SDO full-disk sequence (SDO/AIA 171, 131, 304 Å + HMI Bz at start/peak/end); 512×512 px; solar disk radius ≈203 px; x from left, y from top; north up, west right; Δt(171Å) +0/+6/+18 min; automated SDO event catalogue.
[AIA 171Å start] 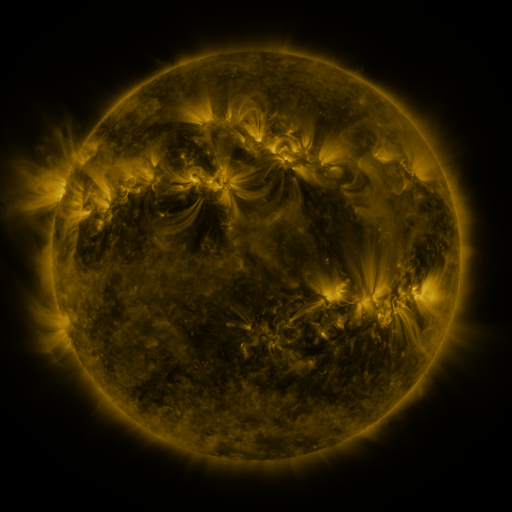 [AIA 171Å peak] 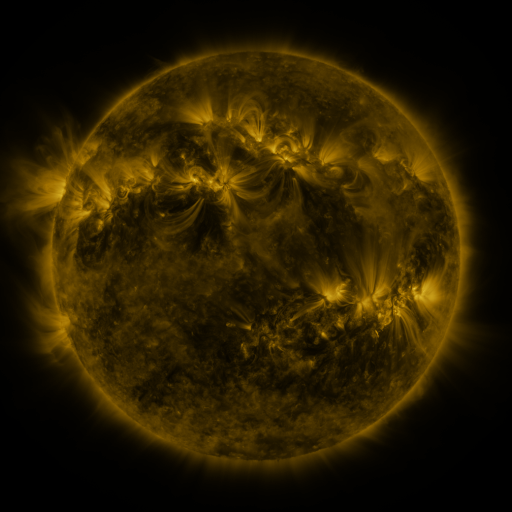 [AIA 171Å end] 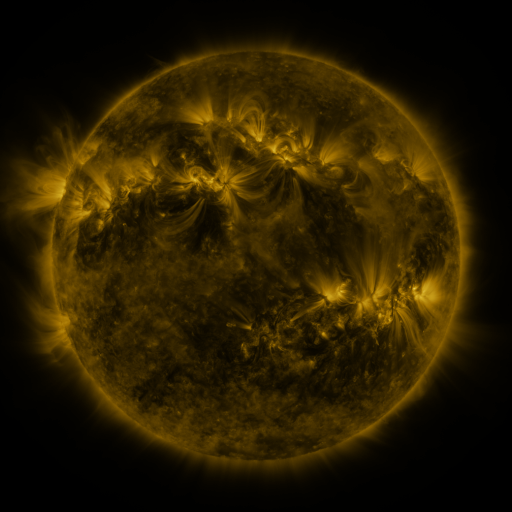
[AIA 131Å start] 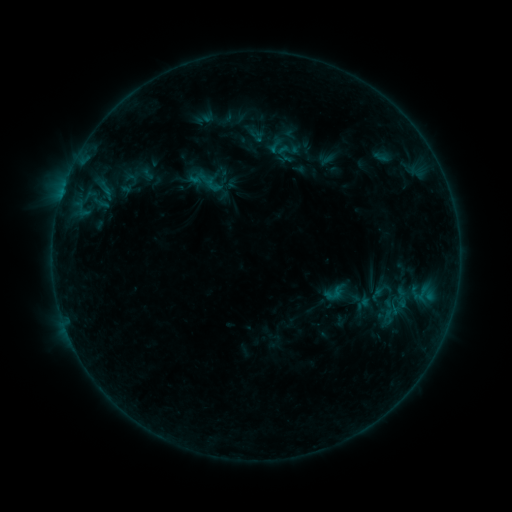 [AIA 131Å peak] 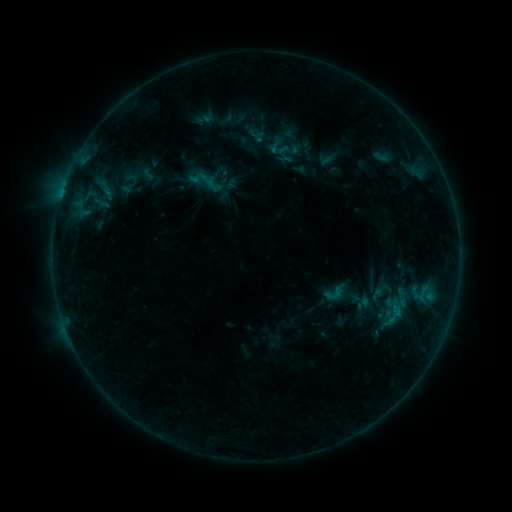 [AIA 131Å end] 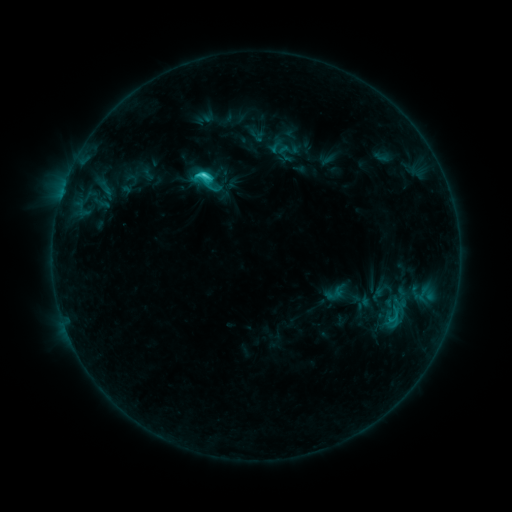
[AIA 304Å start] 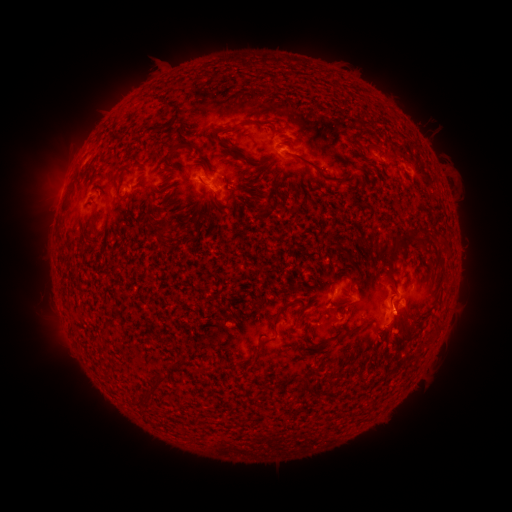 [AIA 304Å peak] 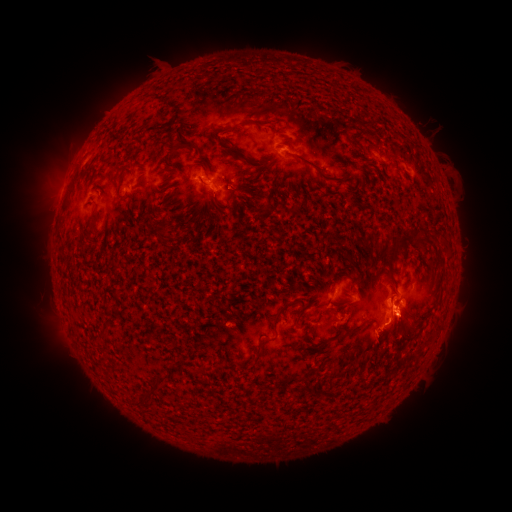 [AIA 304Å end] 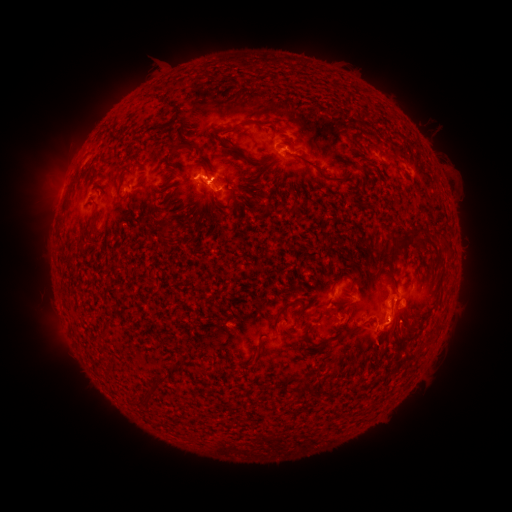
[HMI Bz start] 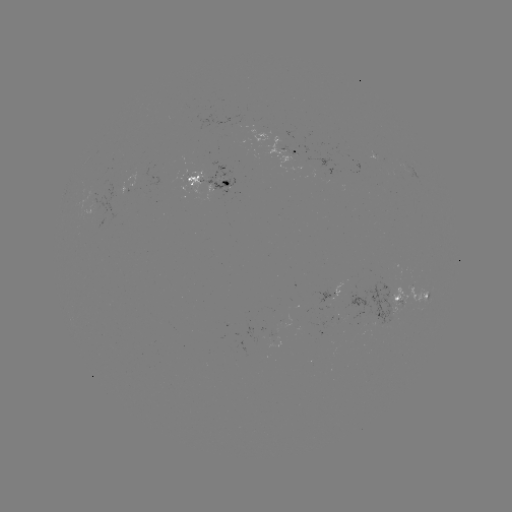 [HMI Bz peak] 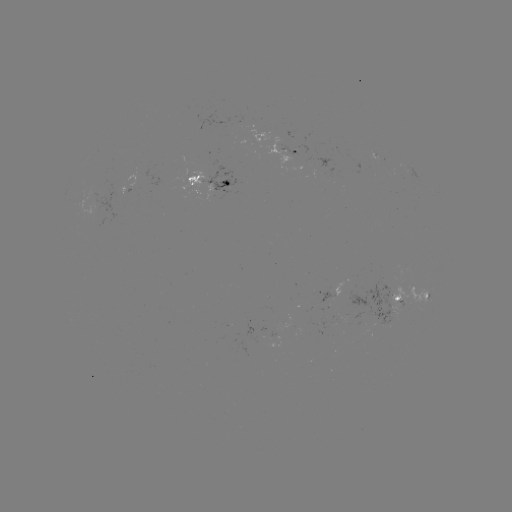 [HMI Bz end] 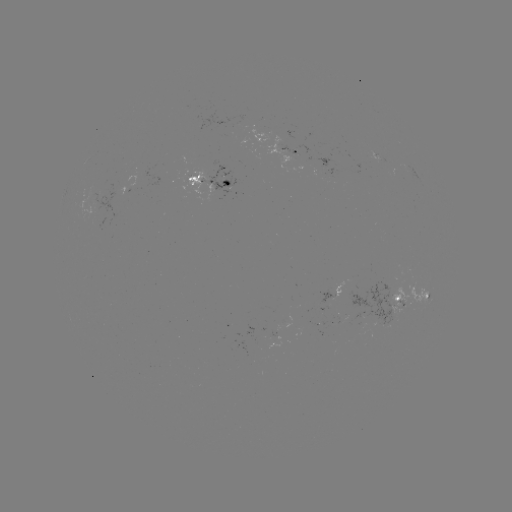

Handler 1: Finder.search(eruption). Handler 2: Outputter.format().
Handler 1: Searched eruption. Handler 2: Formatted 454,324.